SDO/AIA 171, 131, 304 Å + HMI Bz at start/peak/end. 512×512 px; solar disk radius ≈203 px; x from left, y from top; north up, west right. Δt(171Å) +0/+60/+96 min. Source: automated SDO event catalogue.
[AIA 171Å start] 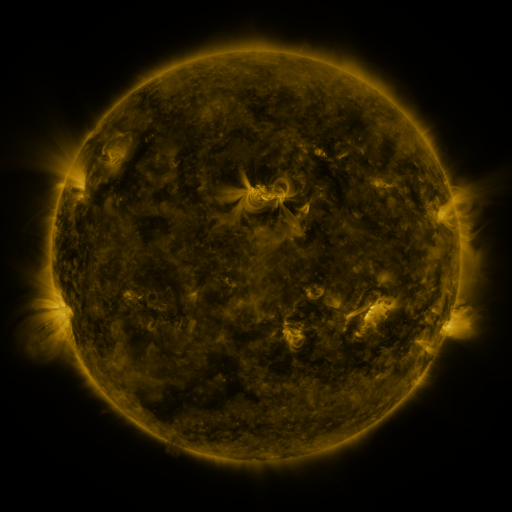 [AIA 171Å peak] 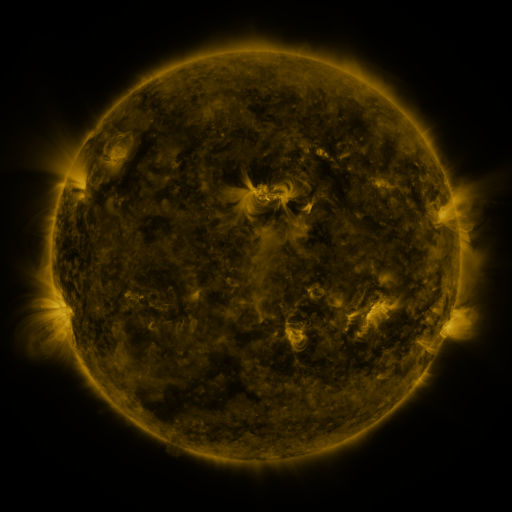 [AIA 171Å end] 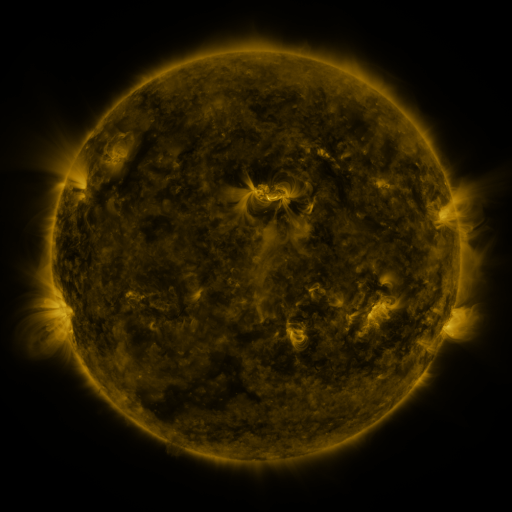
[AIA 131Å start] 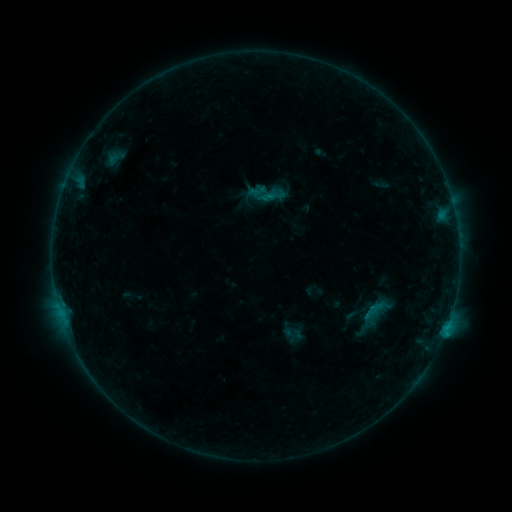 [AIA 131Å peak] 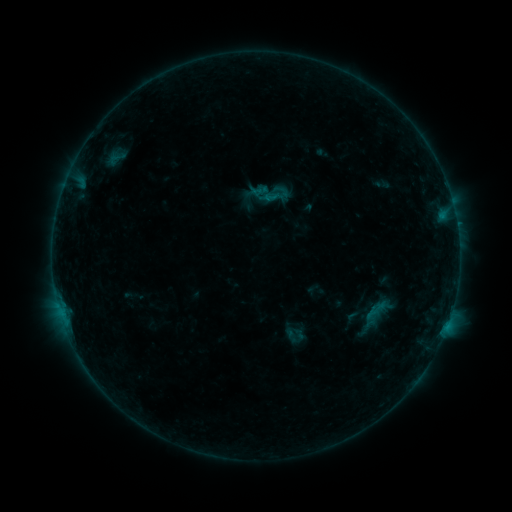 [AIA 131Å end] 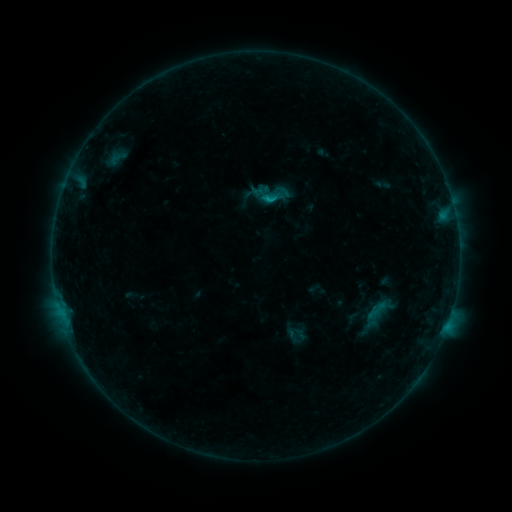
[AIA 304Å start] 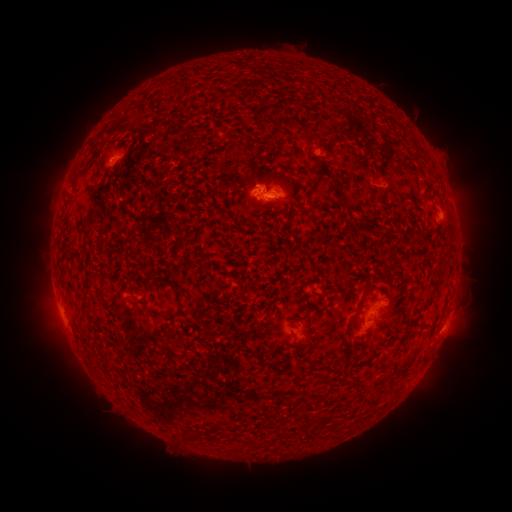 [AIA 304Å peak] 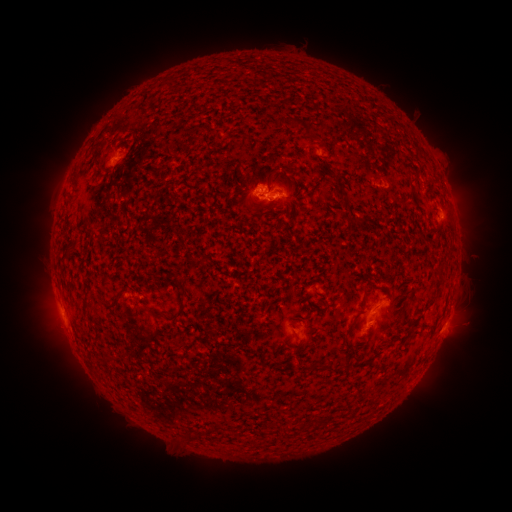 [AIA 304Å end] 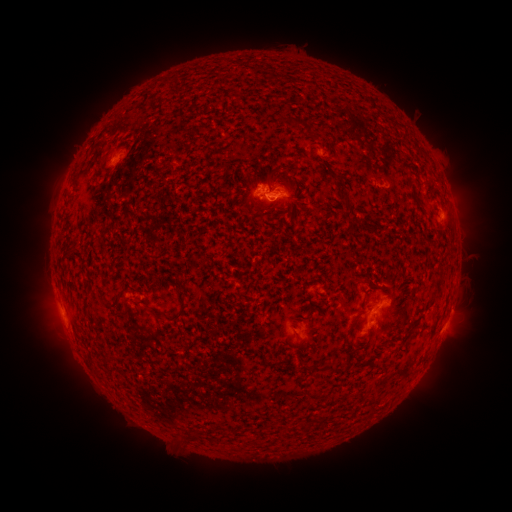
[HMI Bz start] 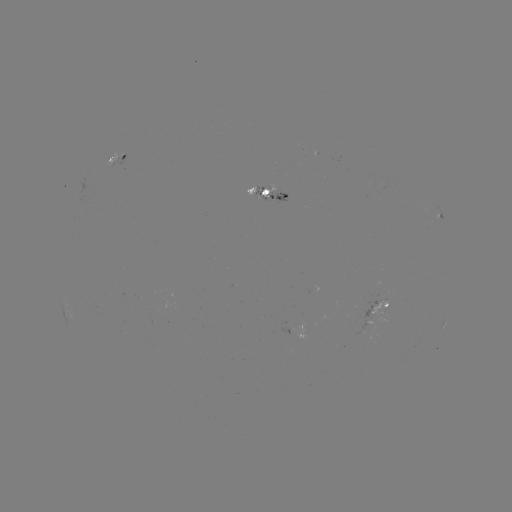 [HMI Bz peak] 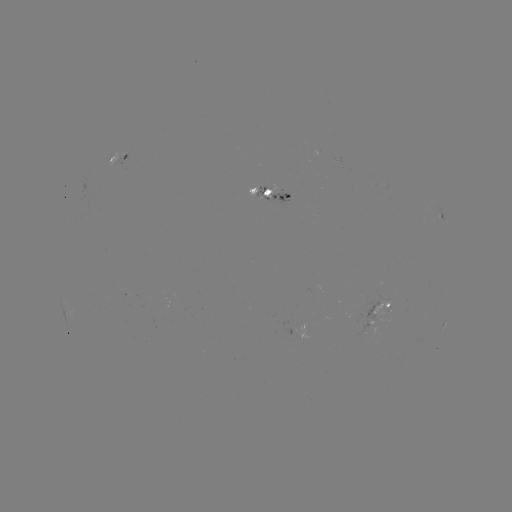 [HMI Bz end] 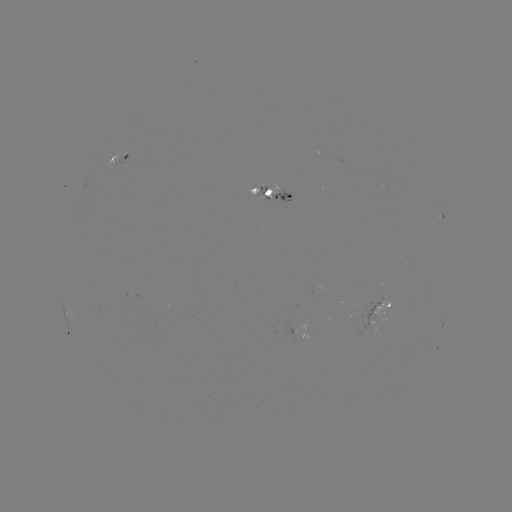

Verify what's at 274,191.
emerging-flux region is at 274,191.